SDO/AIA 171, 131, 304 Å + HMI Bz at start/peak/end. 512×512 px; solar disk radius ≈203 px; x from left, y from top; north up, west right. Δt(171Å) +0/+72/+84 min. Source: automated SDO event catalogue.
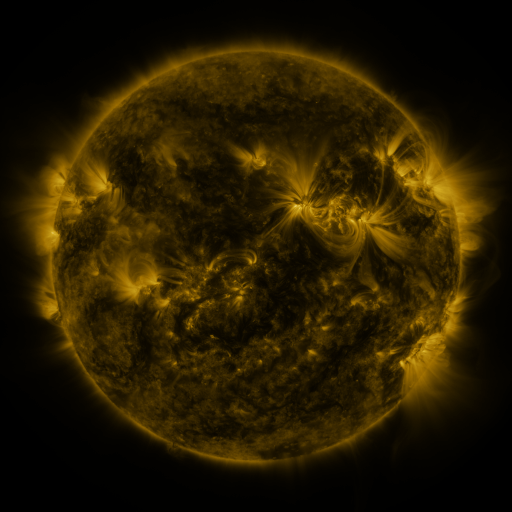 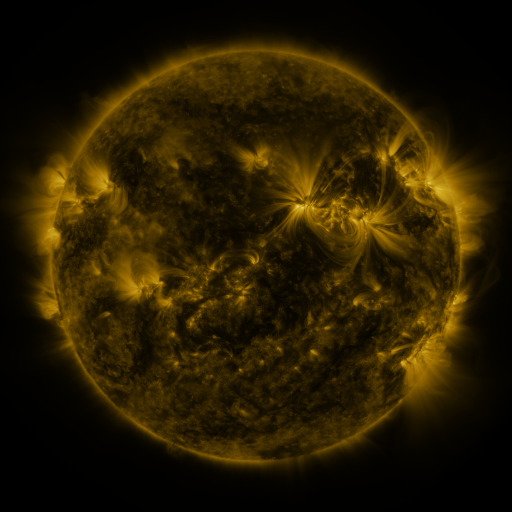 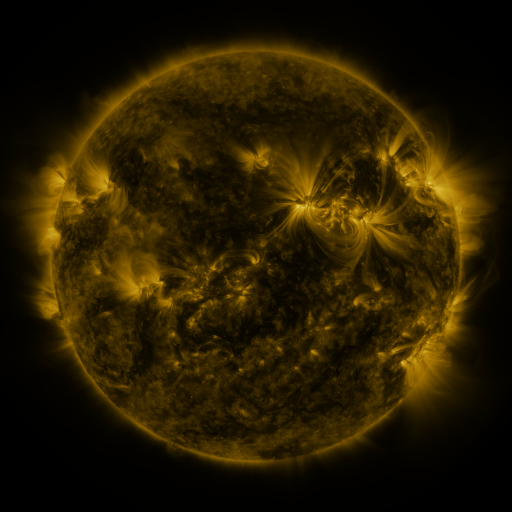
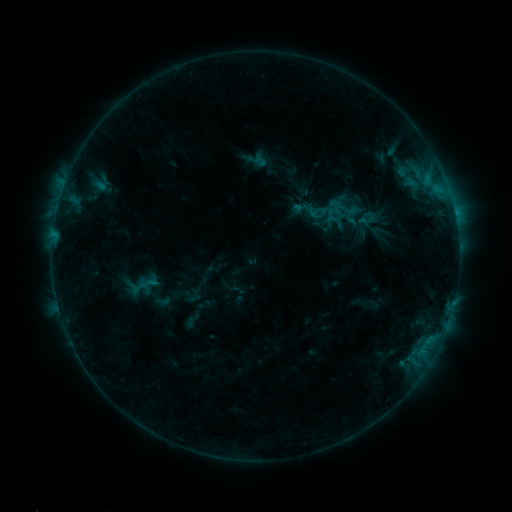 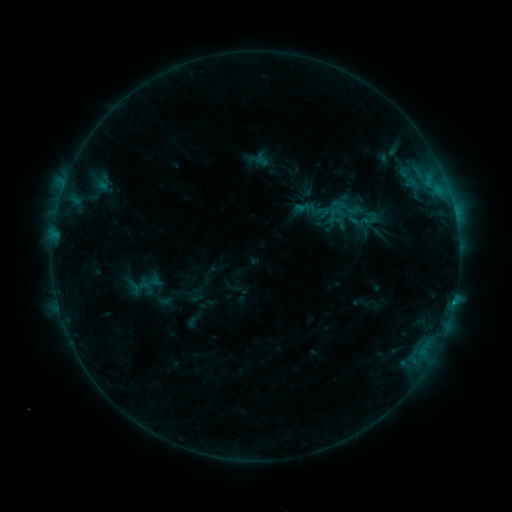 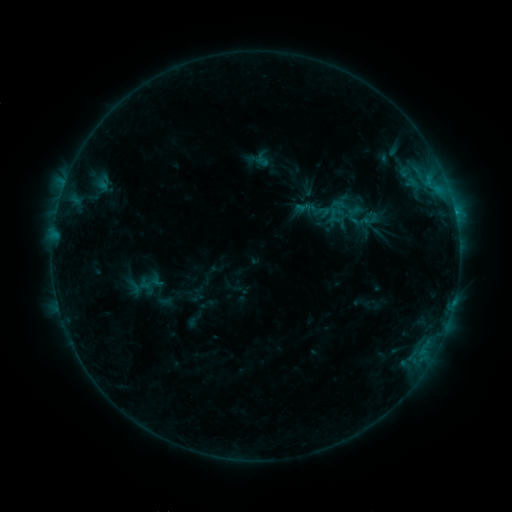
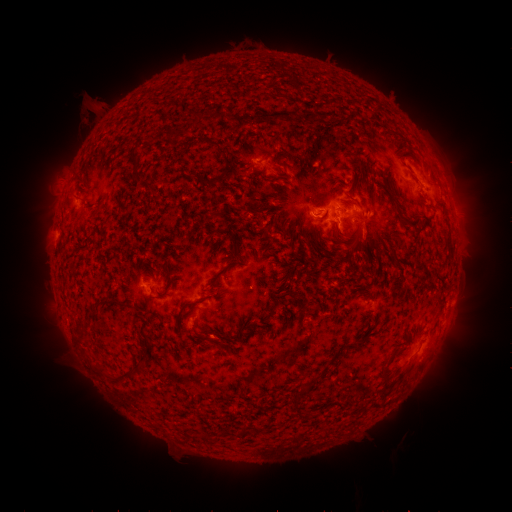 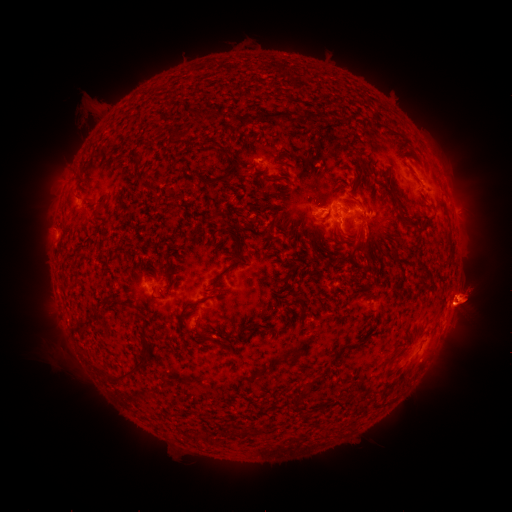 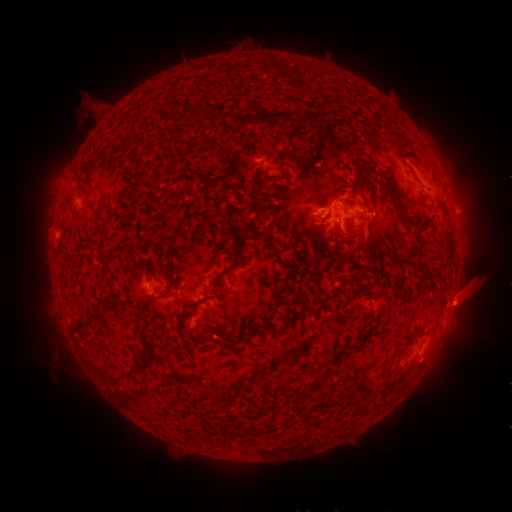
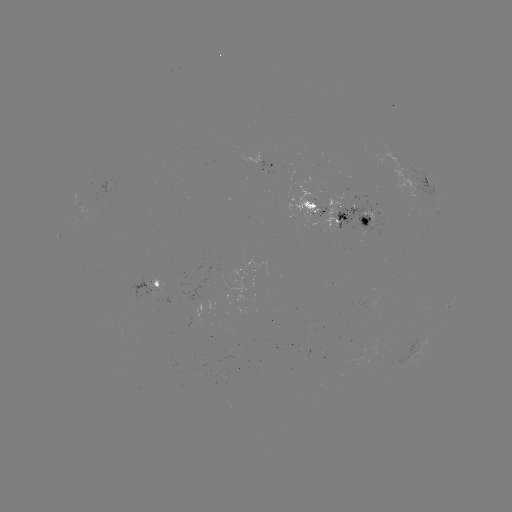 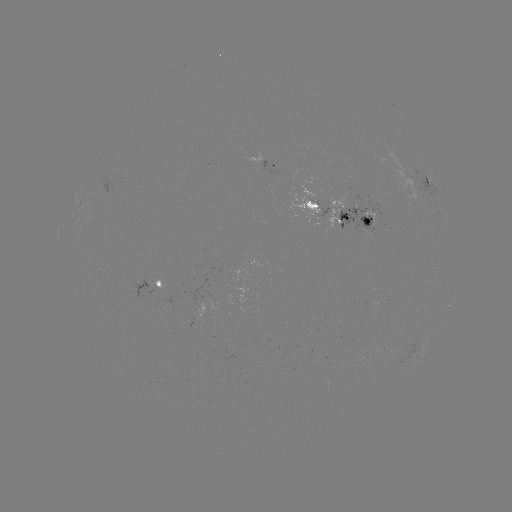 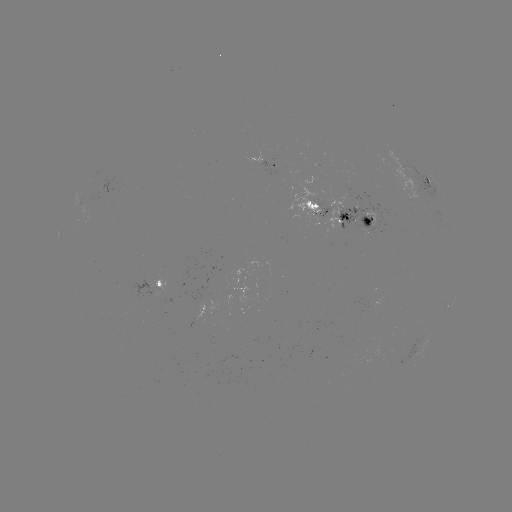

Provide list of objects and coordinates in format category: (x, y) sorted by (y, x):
emerging-flux region: (307, 208)
